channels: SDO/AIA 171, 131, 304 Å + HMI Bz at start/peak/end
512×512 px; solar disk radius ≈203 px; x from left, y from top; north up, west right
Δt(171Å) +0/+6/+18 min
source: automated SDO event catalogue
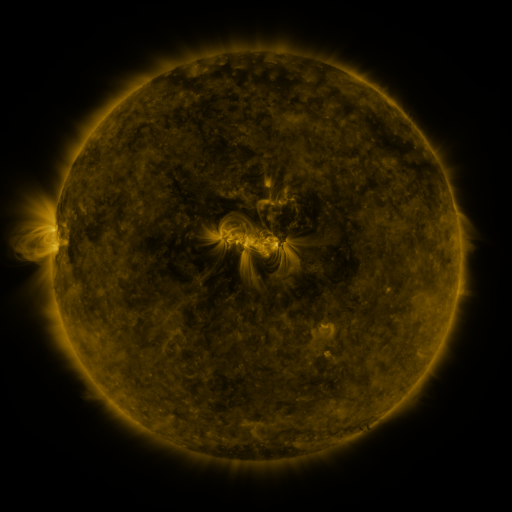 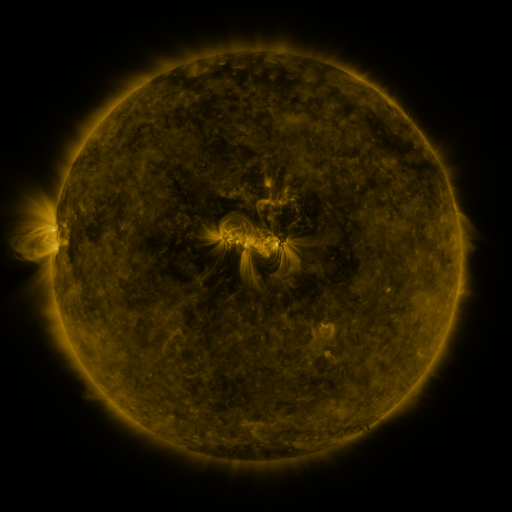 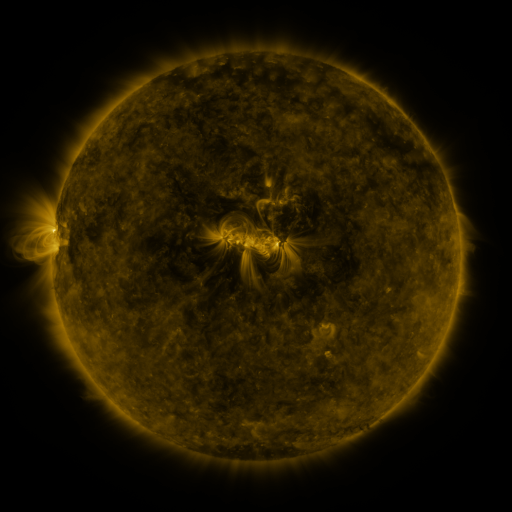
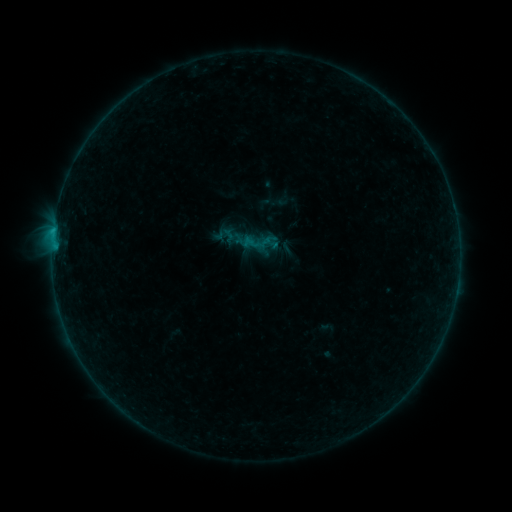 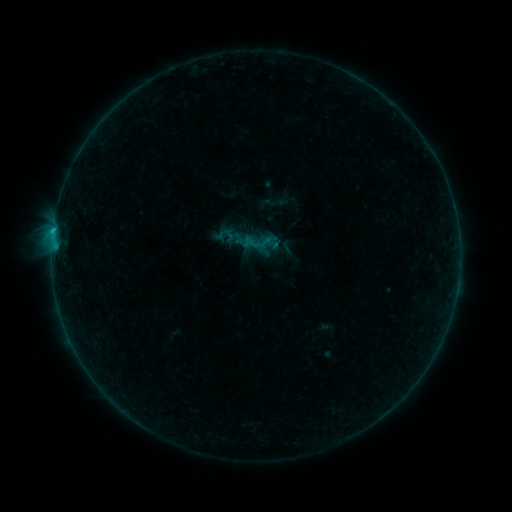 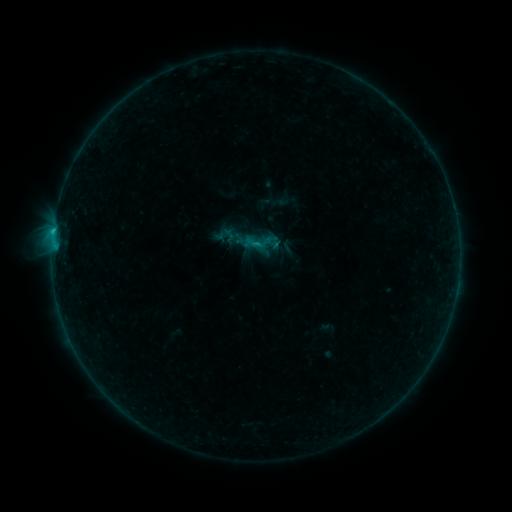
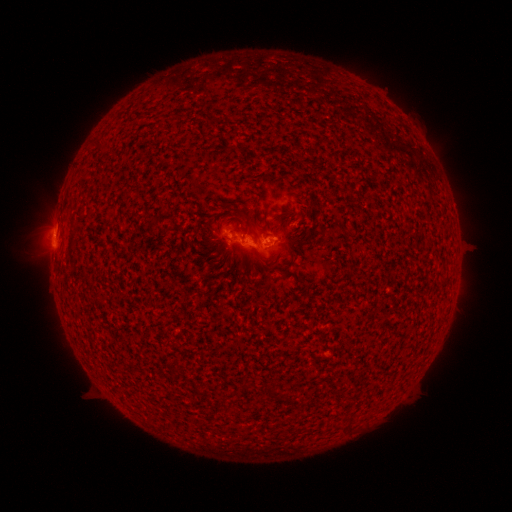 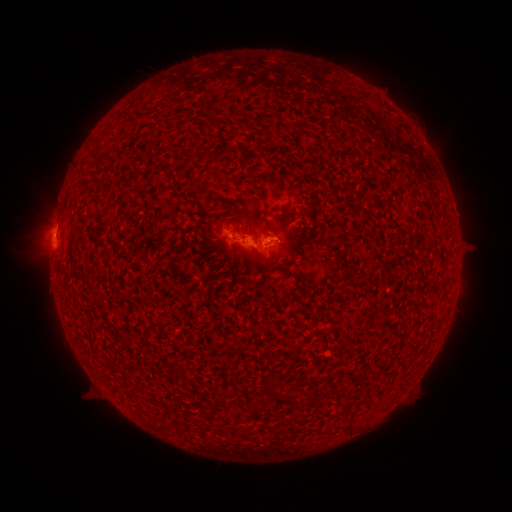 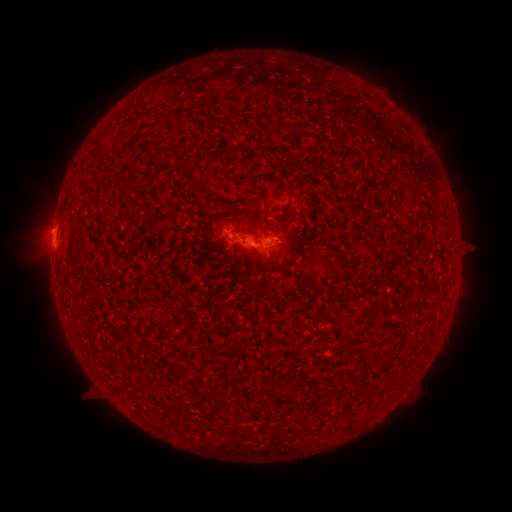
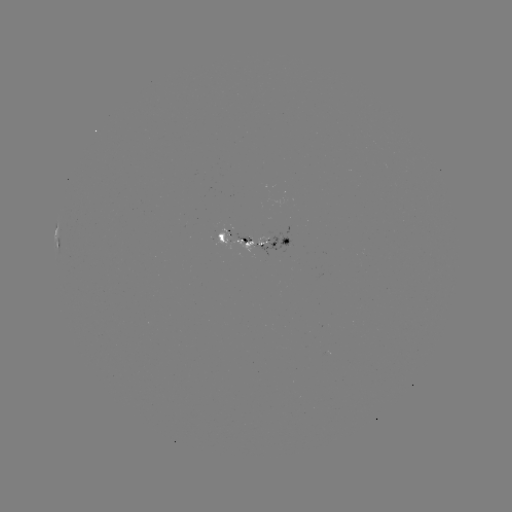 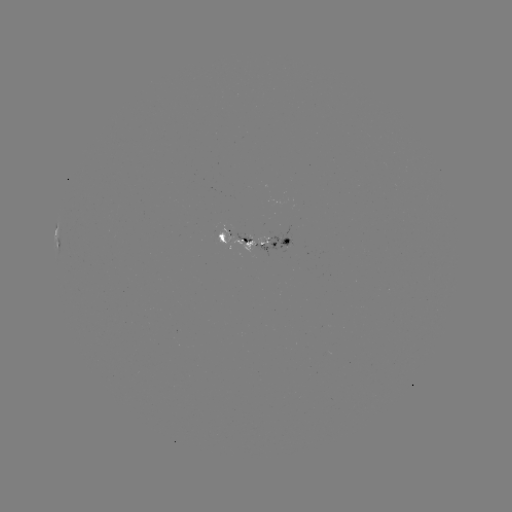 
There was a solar flare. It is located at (53, 242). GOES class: C1.0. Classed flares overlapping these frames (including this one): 1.